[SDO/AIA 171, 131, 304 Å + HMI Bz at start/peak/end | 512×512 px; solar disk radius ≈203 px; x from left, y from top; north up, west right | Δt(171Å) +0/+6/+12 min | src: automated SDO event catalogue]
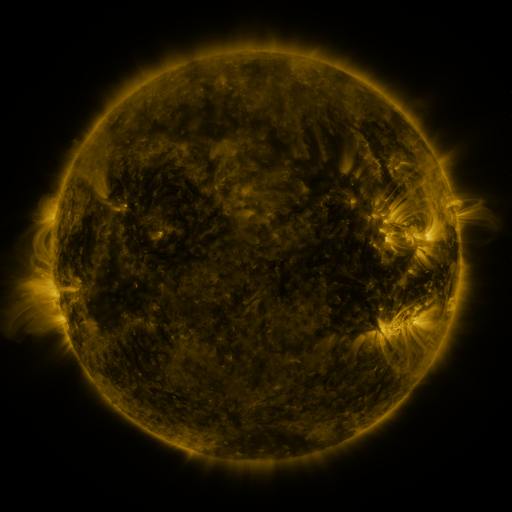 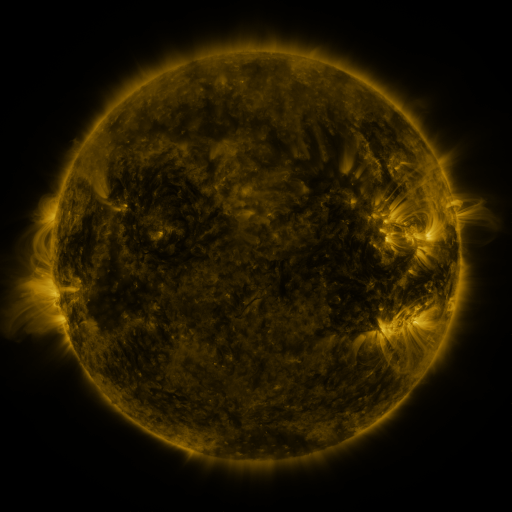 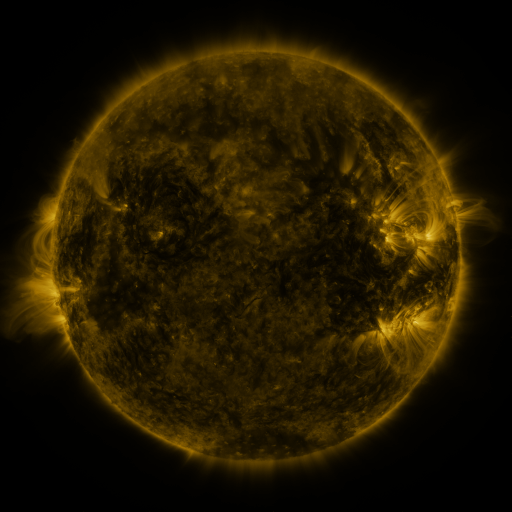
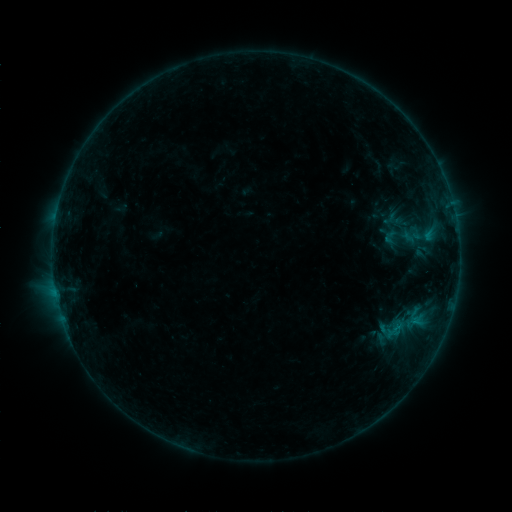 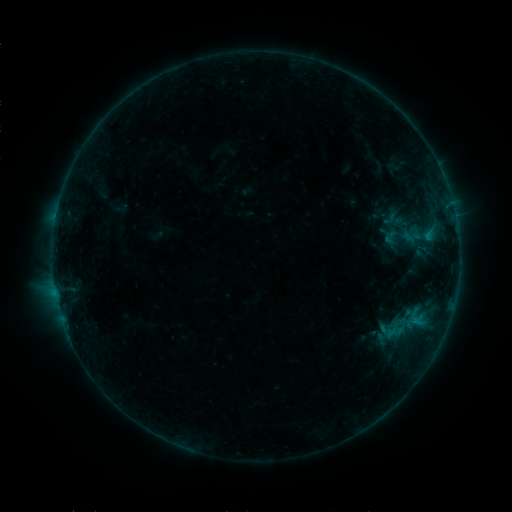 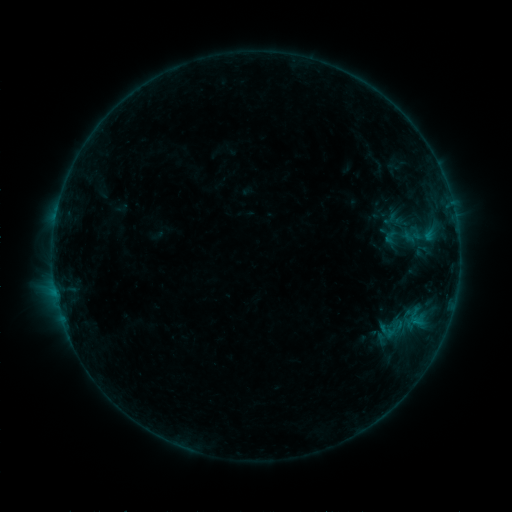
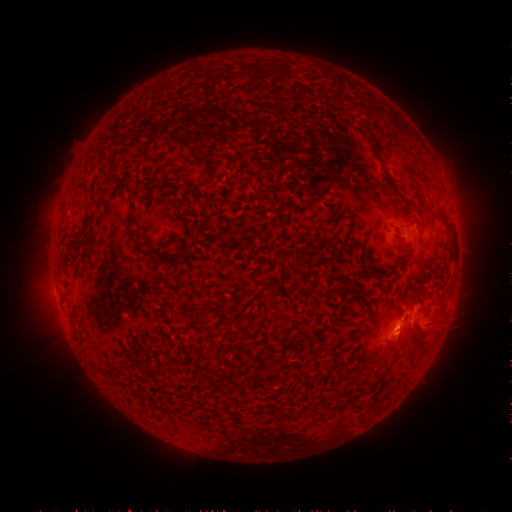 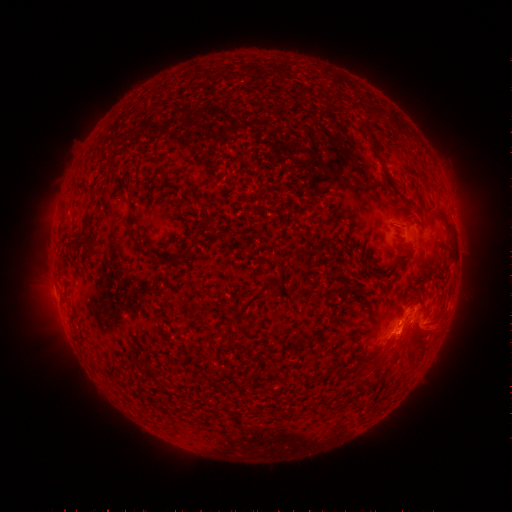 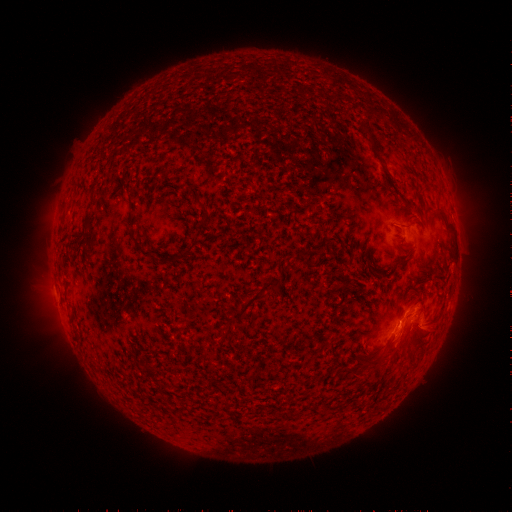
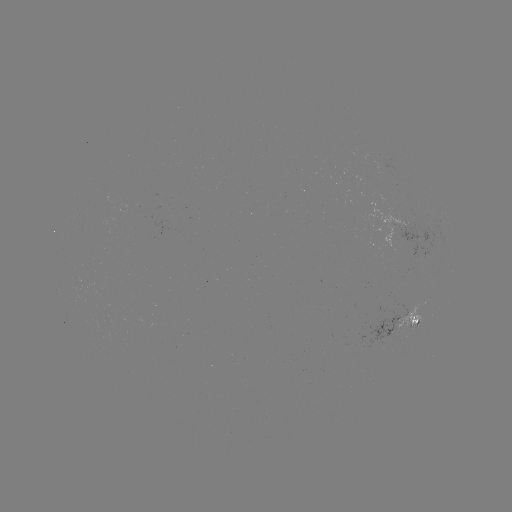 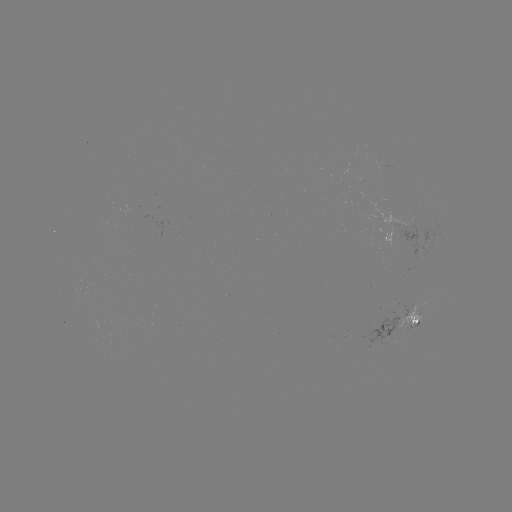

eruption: (377, 284, 427, 372)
